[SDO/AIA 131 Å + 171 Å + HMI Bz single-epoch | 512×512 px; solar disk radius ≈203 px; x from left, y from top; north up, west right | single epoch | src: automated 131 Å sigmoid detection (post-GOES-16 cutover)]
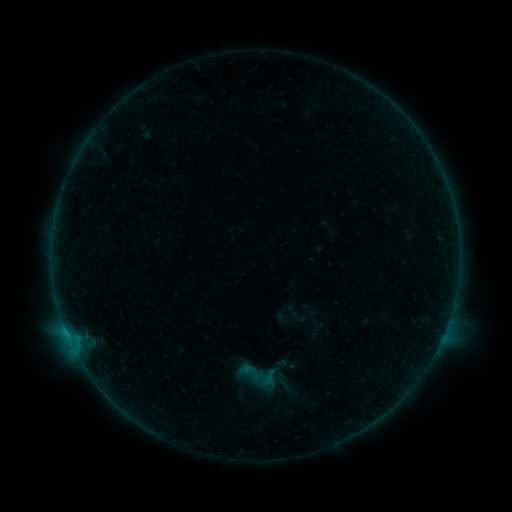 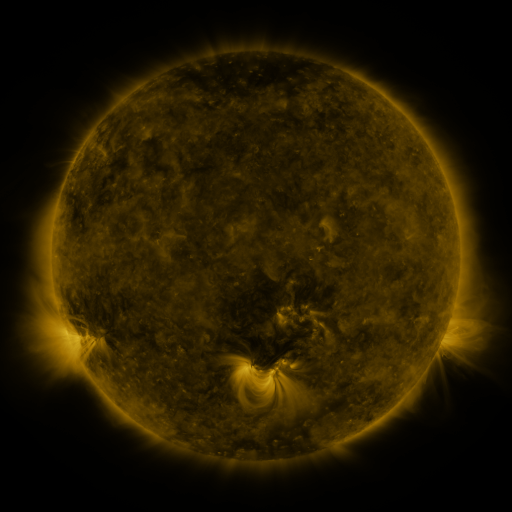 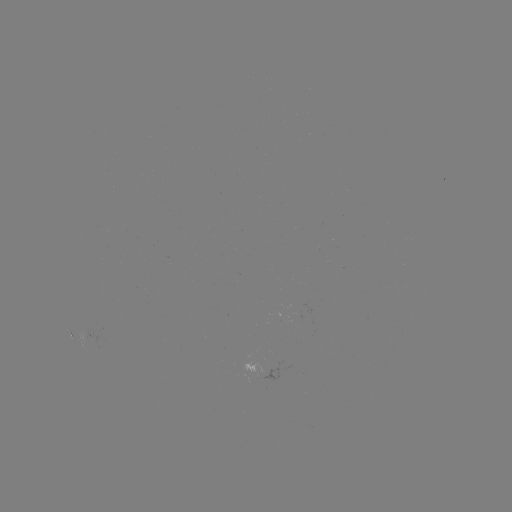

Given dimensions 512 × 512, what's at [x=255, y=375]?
sigmoid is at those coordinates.